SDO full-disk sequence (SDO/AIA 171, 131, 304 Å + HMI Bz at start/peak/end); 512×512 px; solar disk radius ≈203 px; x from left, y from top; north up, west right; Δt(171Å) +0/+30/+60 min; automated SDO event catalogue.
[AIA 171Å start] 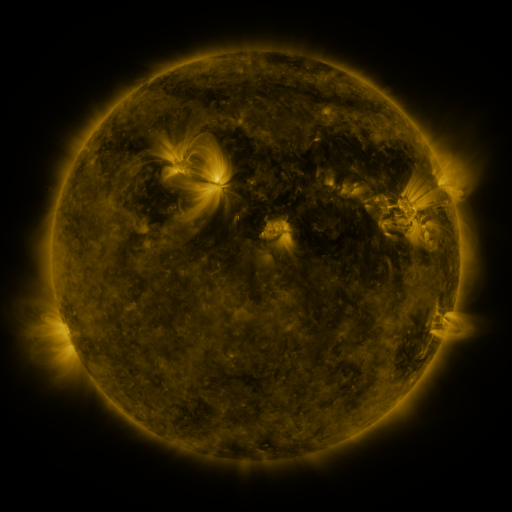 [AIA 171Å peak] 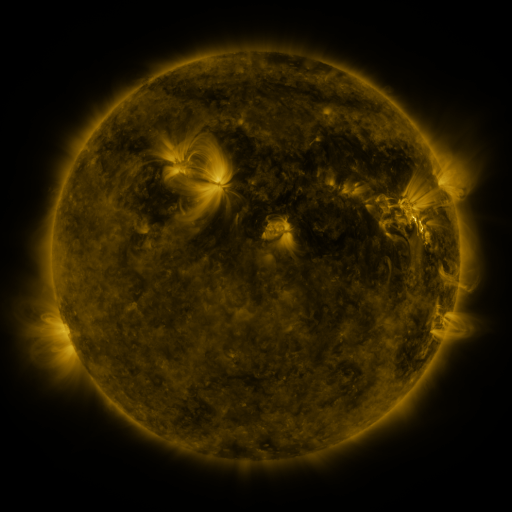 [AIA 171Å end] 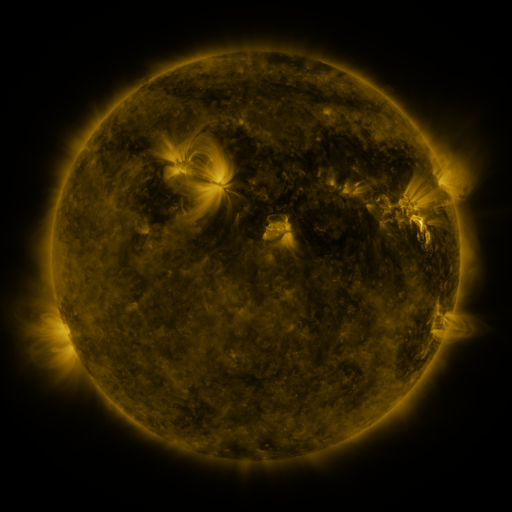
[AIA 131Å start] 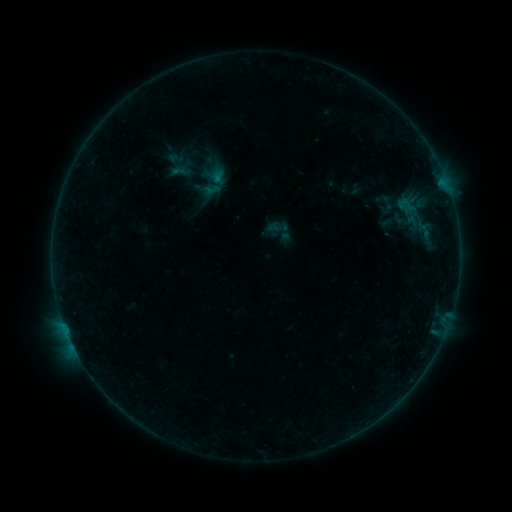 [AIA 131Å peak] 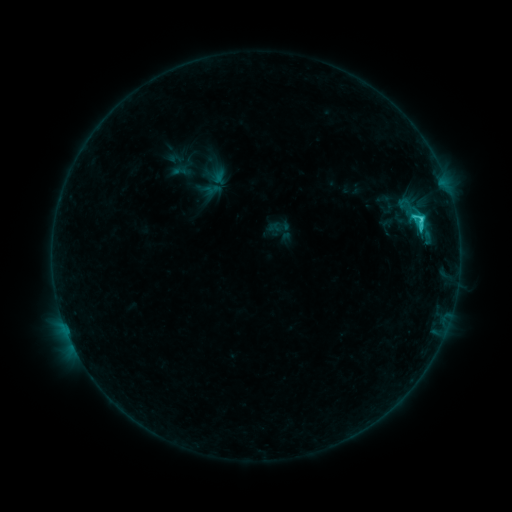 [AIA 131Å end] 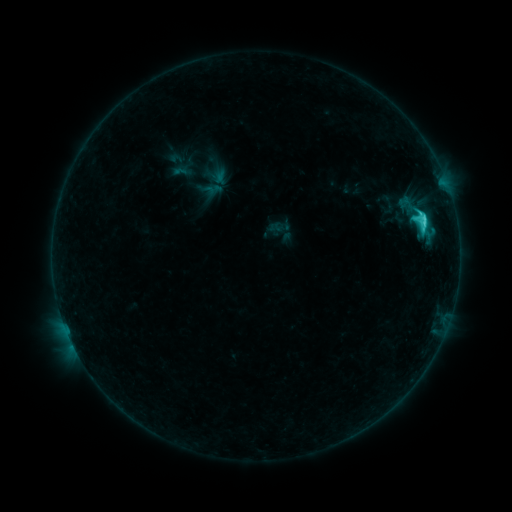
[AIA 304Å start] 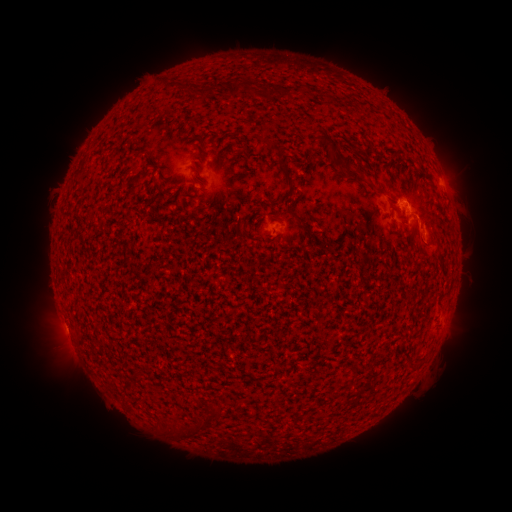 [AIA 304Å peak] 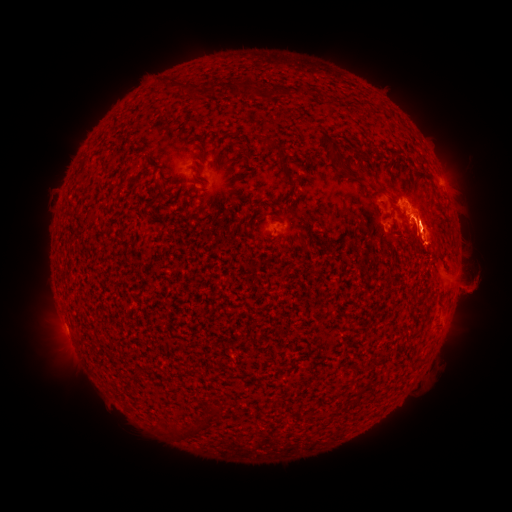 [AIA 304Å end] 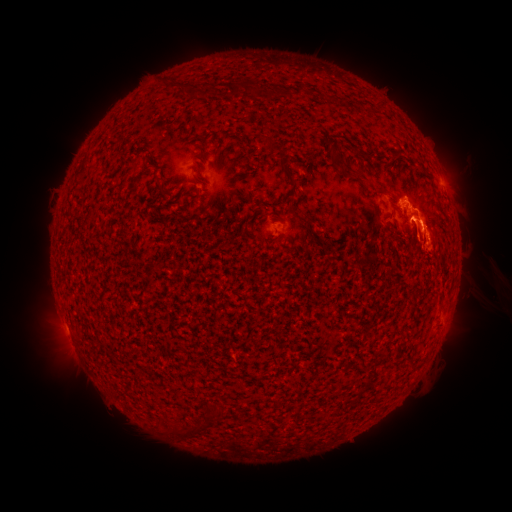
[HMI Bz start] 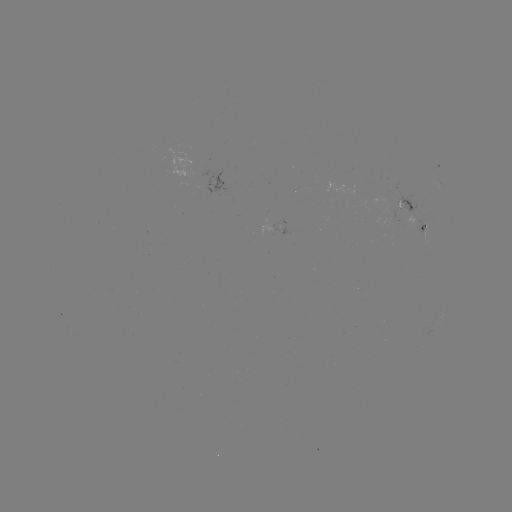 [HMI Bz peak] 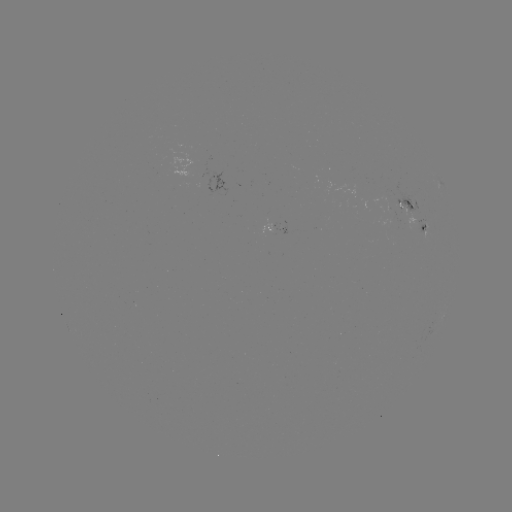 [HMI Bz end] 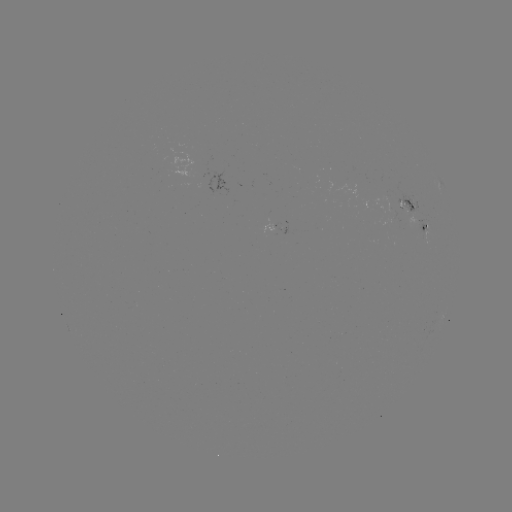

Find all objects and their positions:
eruption: (470, 259)
